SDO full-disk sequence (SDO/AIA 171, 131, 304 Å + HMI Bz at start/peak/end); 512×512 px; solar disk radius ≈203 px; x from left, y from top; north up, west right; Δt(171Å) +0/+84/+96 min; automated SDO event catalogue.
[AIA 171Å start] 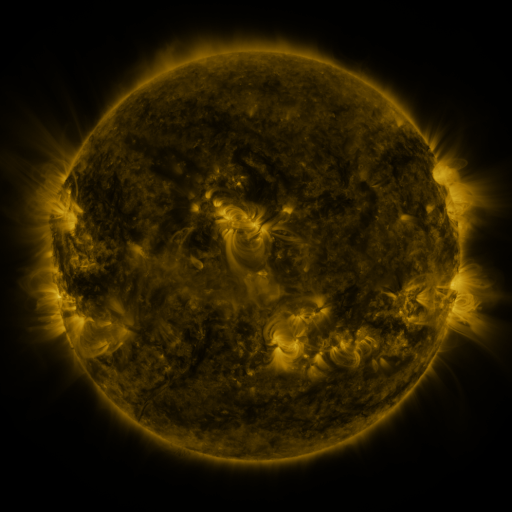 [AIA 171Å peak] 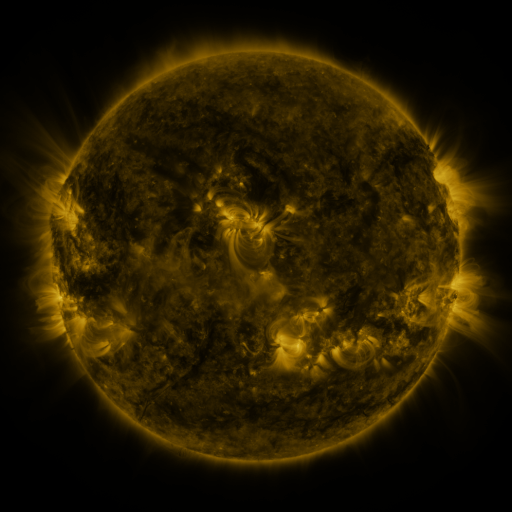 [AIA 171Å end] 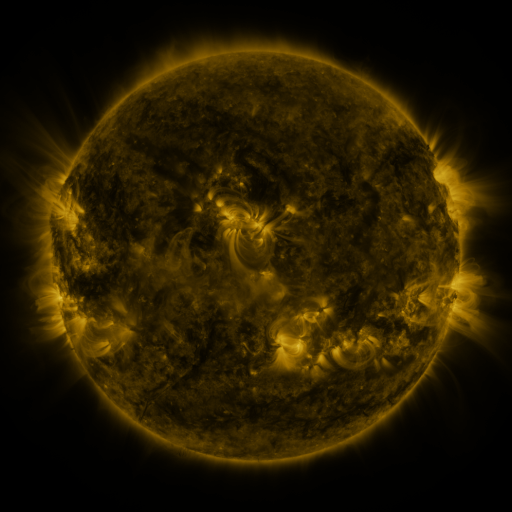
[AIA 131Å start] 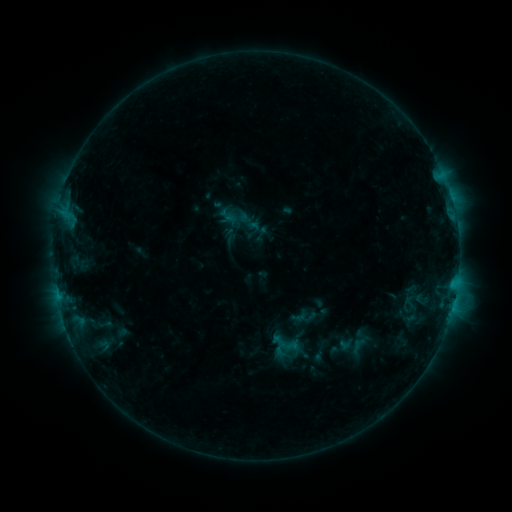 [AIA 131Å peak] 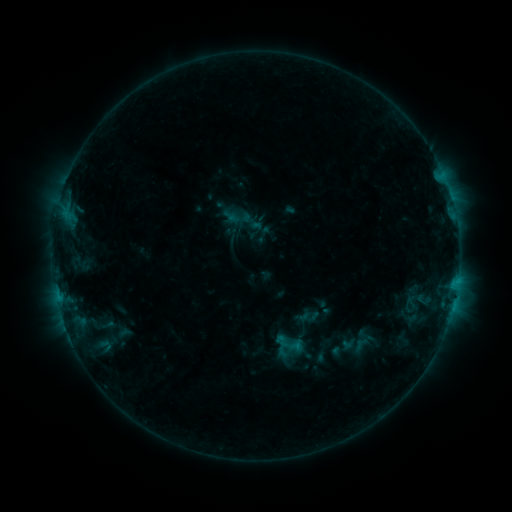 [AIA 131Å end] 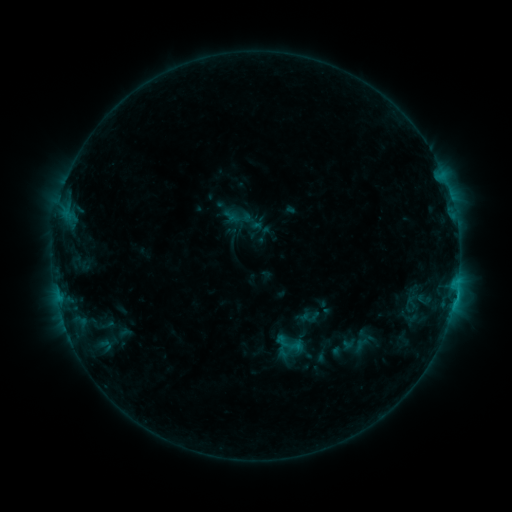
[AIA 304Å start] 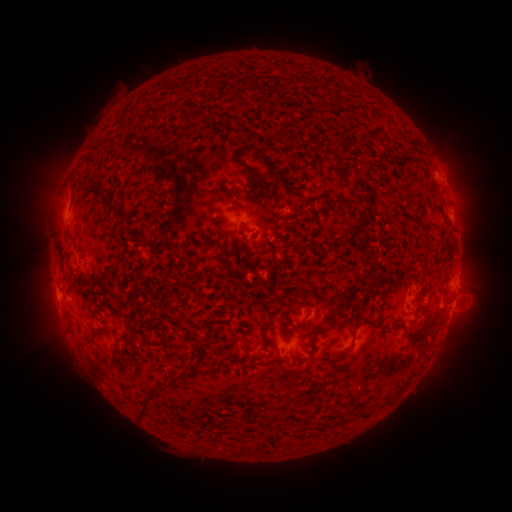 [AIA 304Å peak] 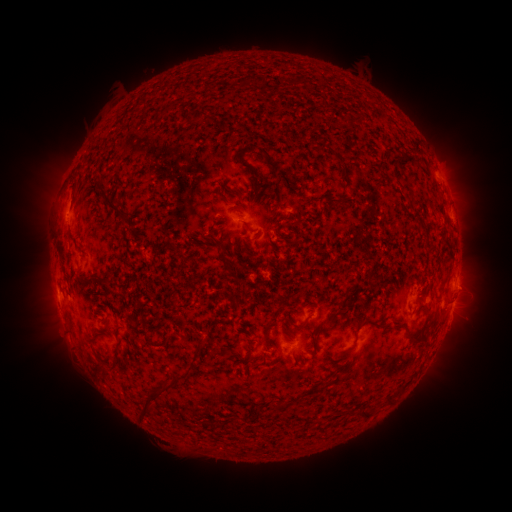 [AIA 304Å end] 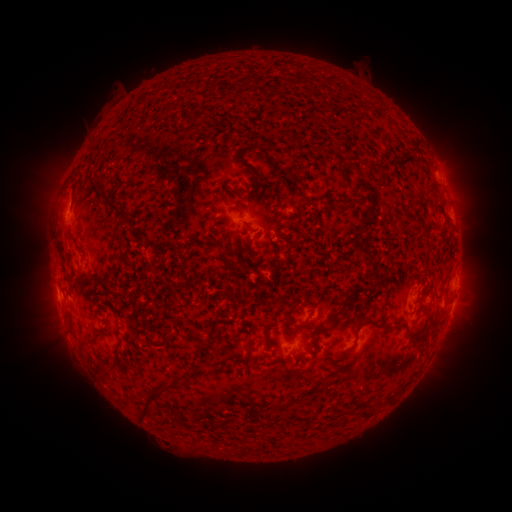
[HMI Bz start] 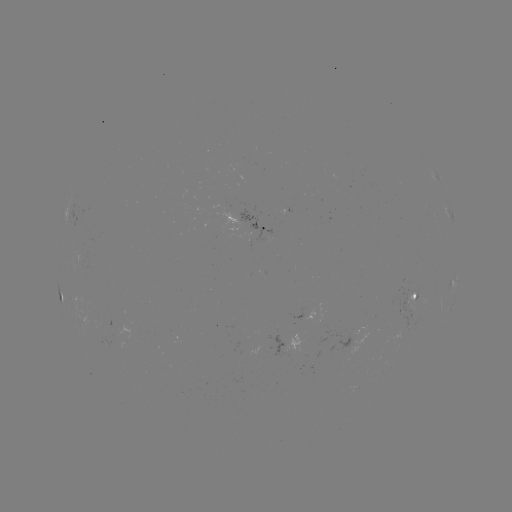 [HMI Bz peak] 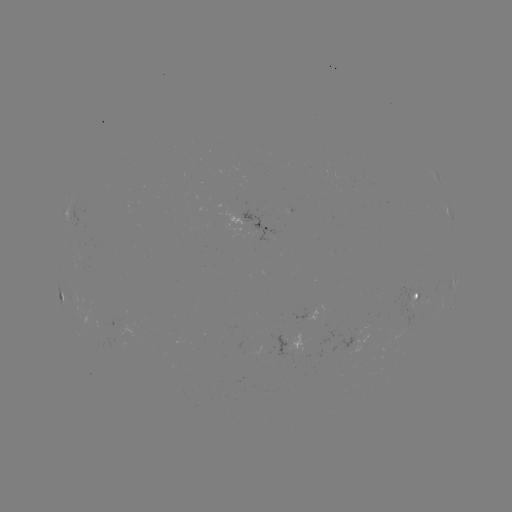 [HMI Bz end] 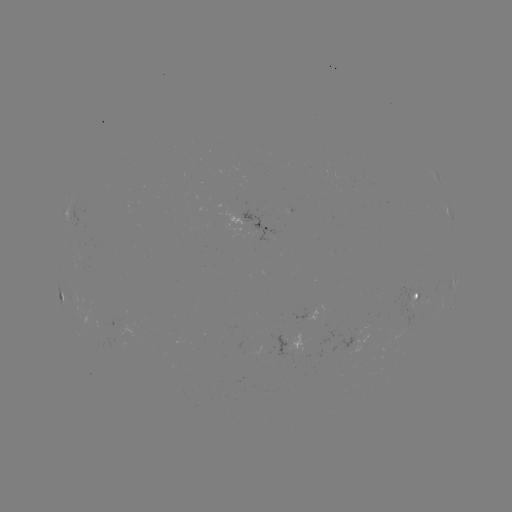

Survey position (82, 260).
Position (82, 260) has emerging-flux region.